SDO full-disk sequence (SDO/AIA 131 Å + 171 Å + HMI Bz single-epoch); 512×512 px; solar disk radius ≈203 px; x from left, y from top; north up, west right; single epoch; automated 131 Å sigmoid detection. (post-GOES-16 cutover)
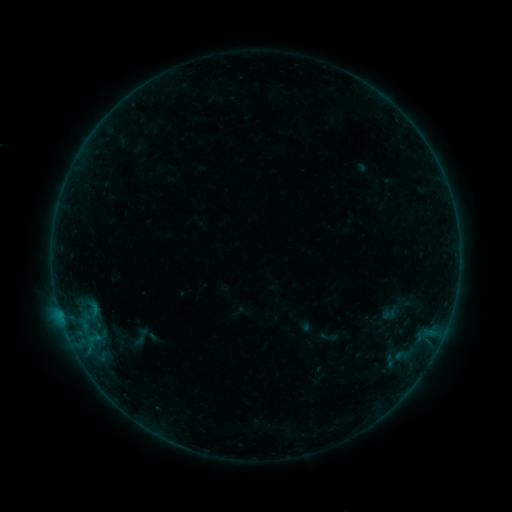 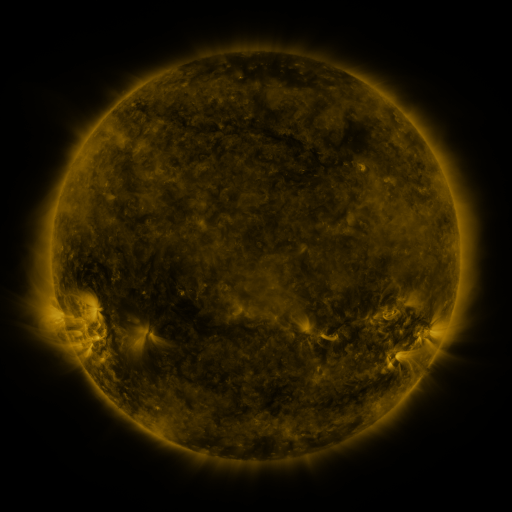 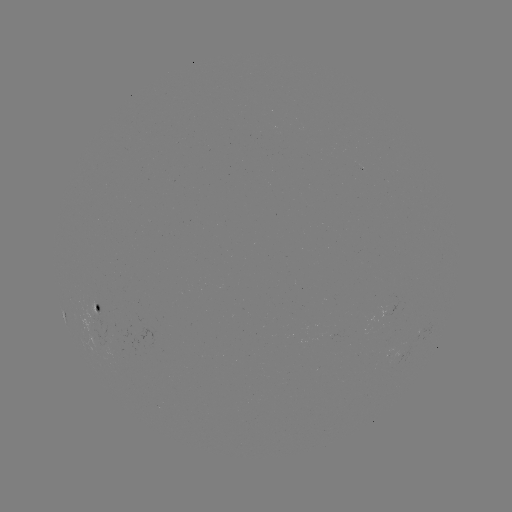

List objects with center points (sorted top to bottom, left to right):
sigmoid: (389, 314)
